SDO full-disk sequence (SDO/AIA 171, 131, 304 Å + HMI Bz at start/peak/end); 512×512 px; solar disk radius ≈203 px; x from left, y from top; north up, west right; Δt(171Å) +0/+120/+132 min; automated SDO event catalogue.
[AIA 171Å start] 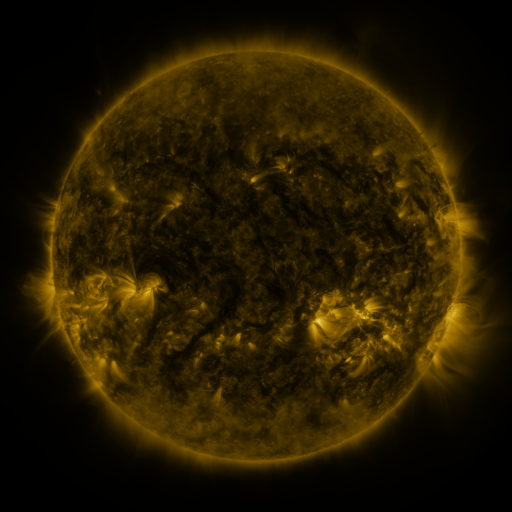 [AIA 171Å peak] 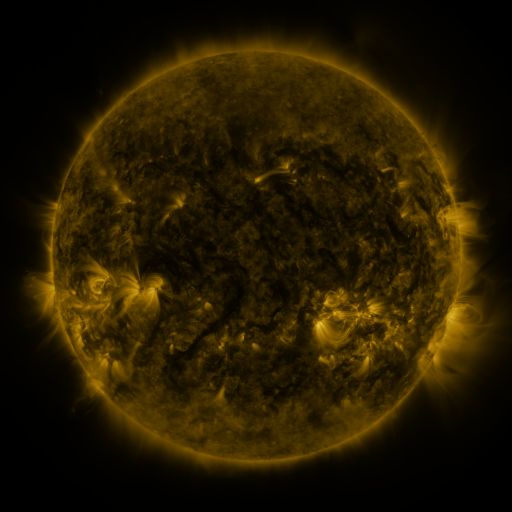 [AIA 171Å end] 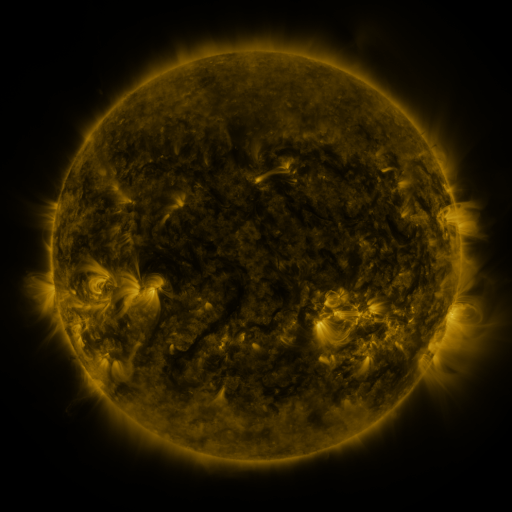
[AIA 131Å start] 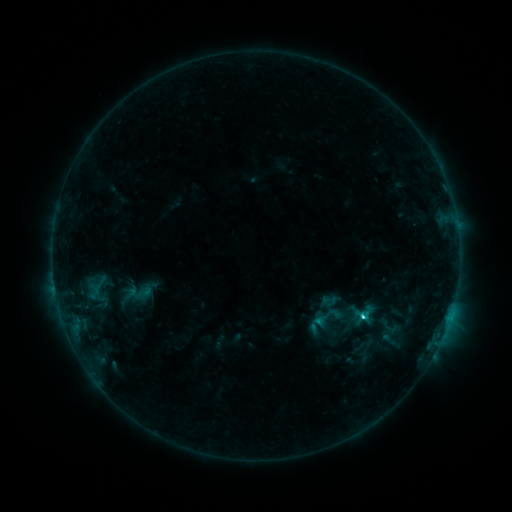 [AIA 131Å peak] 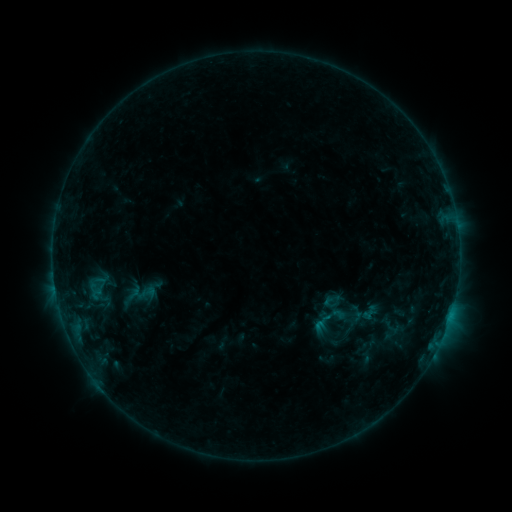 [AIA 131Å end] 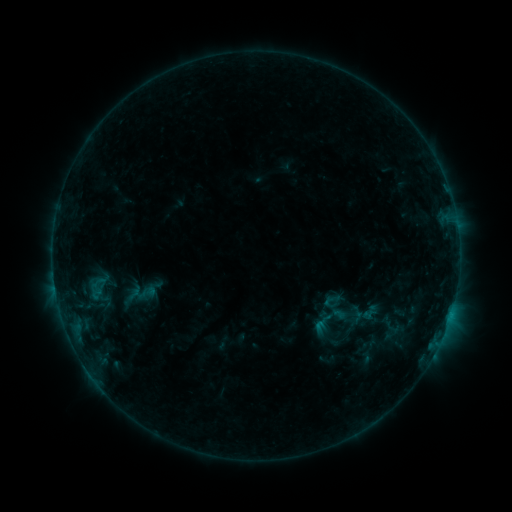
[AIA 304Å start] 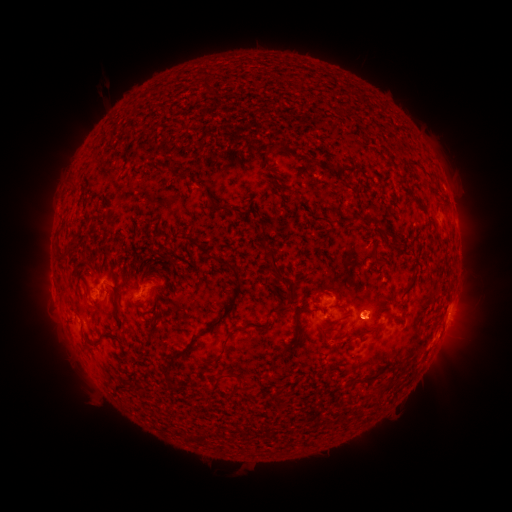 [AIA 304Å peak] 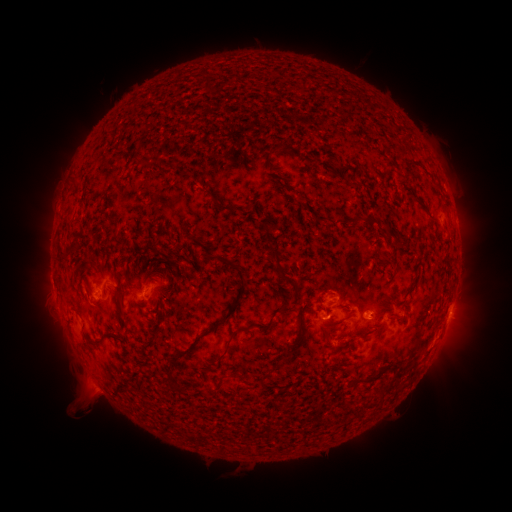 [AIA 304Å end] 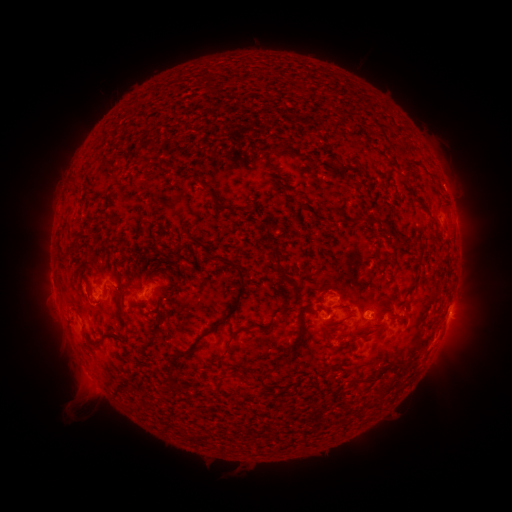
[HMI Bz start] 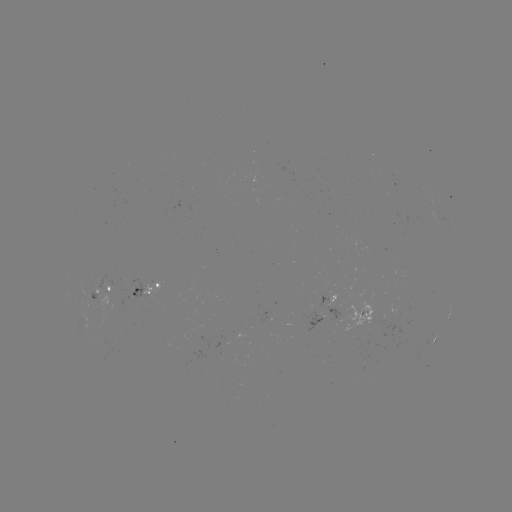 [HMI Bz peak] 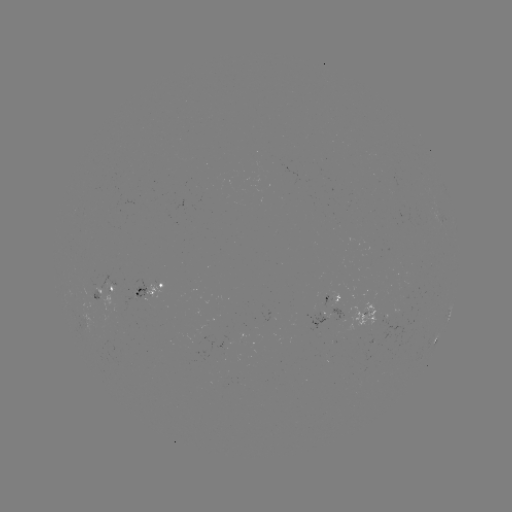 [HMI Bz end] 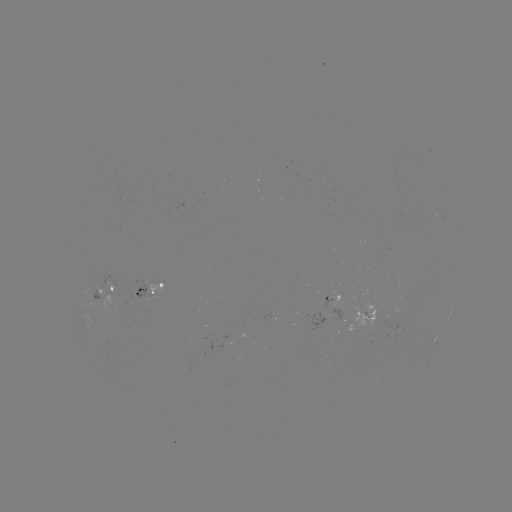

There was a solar emerging-flux region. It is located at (132, 295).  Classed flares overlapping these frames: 1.